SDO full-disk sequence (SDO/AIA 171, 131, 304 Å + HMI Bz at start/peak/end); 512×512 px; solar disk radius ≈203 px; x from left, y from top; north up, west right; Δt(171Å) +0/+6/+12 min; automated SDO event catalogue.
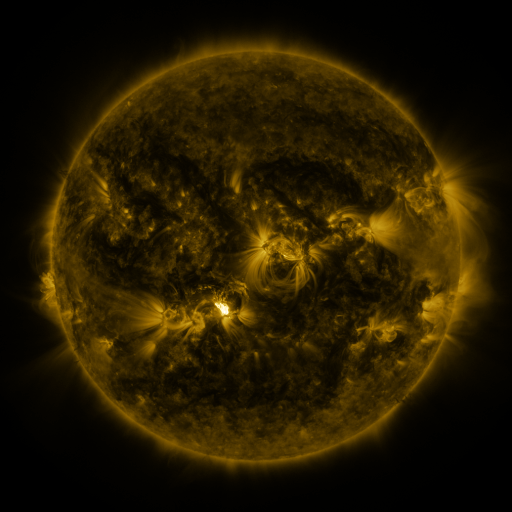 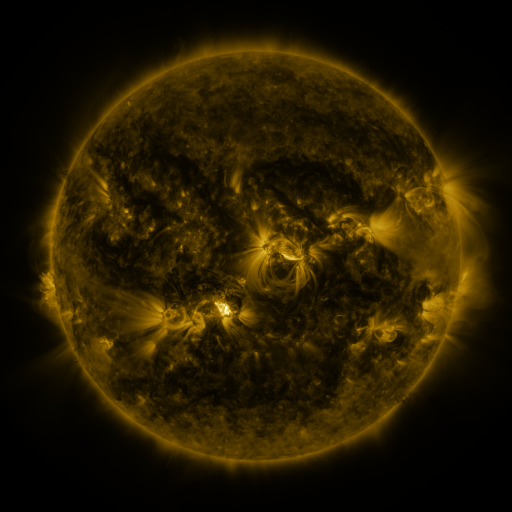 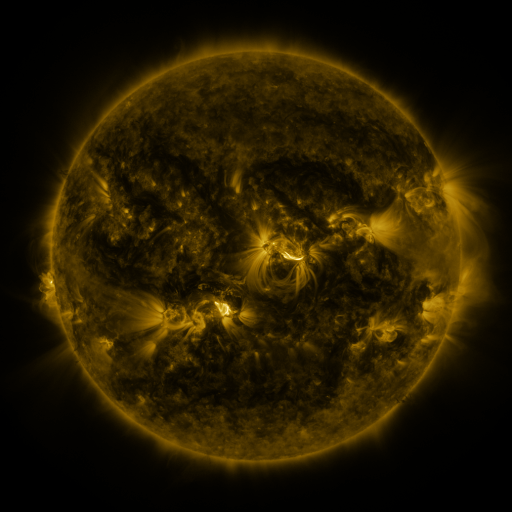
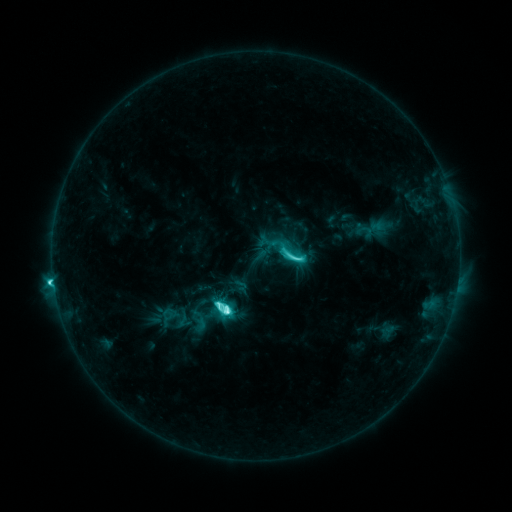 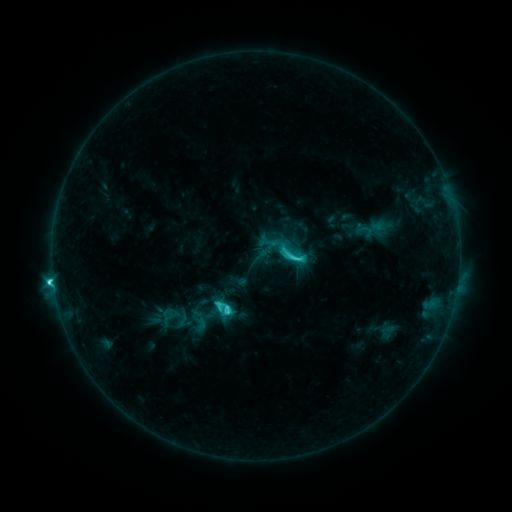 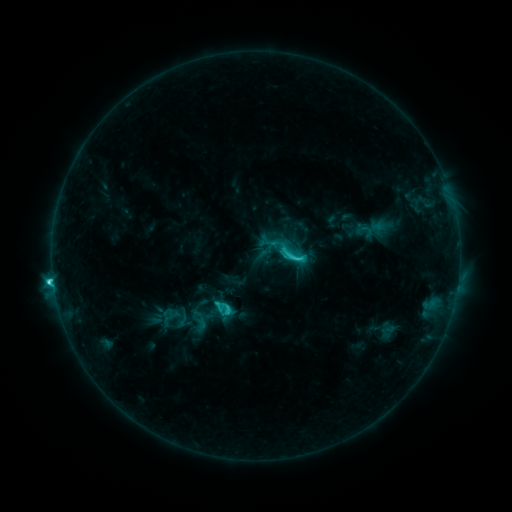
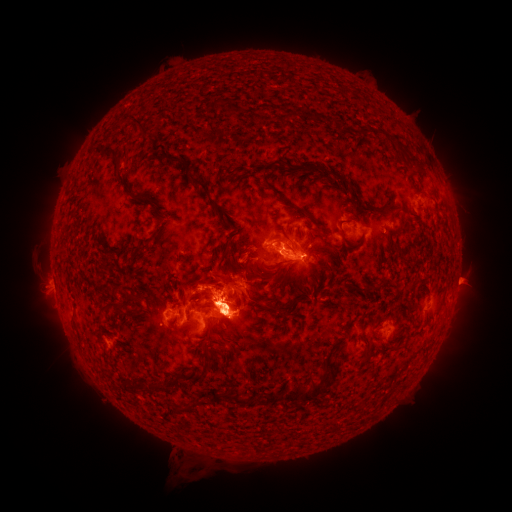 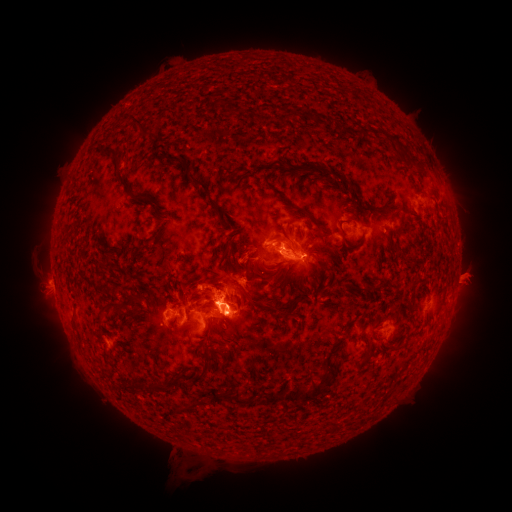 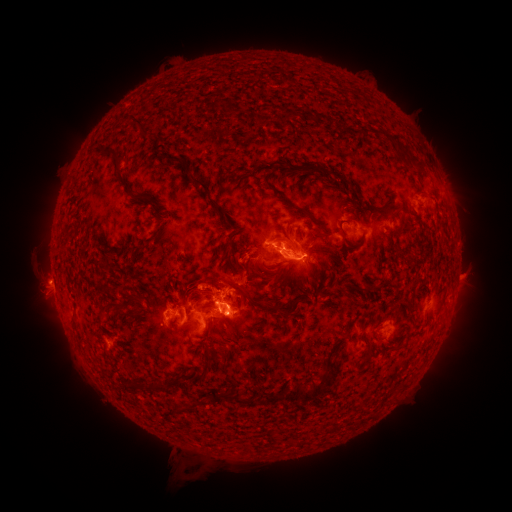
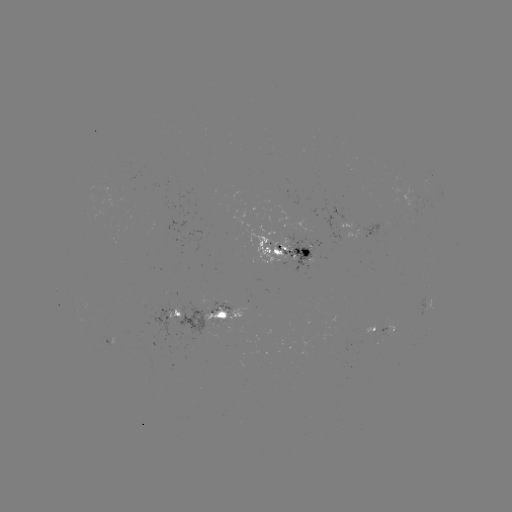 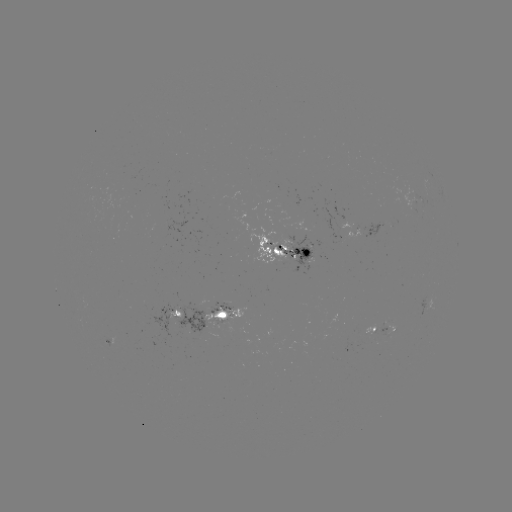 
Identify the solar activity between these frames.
eruption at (470, 276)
